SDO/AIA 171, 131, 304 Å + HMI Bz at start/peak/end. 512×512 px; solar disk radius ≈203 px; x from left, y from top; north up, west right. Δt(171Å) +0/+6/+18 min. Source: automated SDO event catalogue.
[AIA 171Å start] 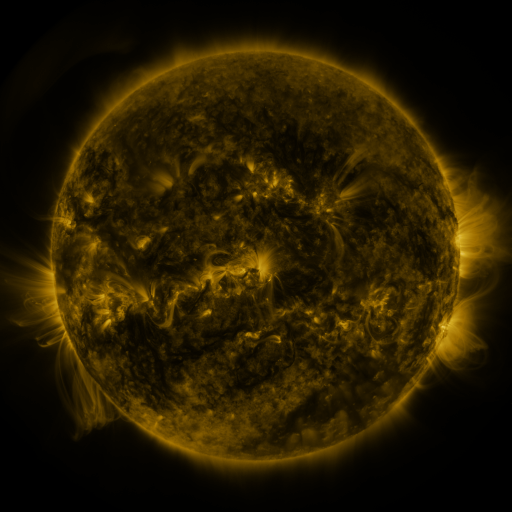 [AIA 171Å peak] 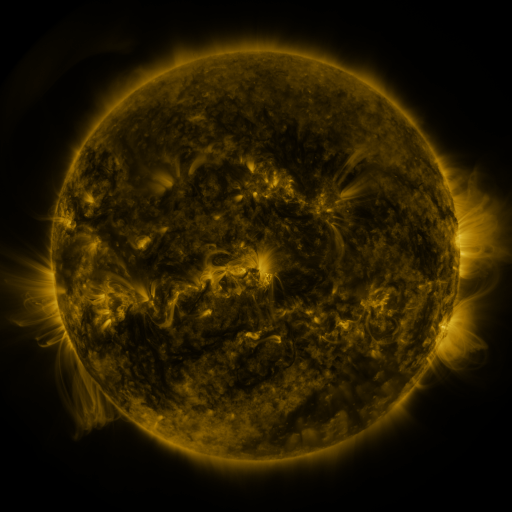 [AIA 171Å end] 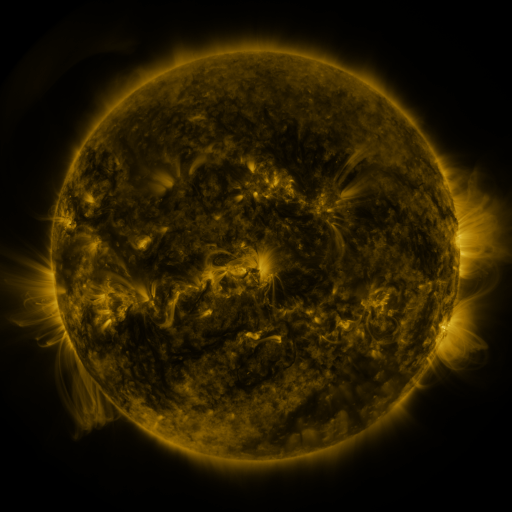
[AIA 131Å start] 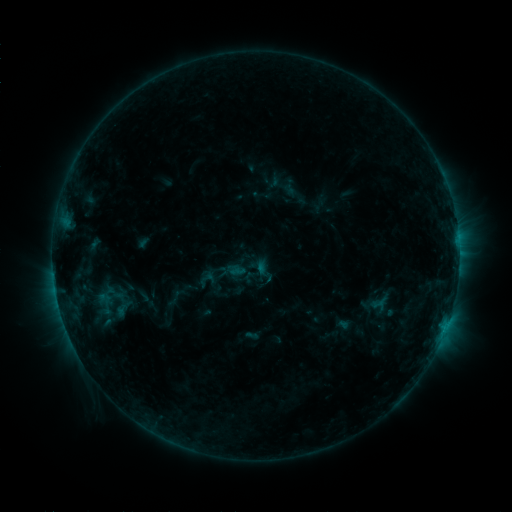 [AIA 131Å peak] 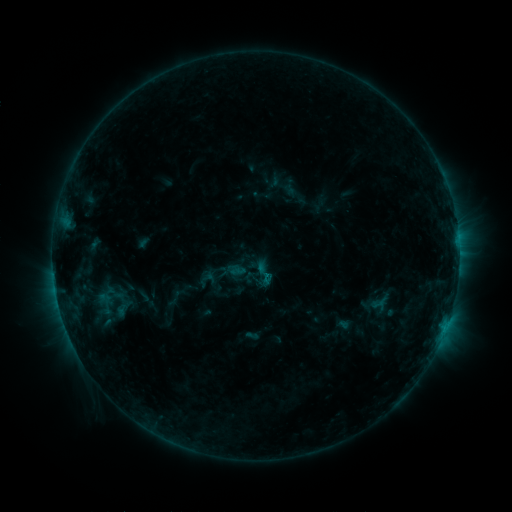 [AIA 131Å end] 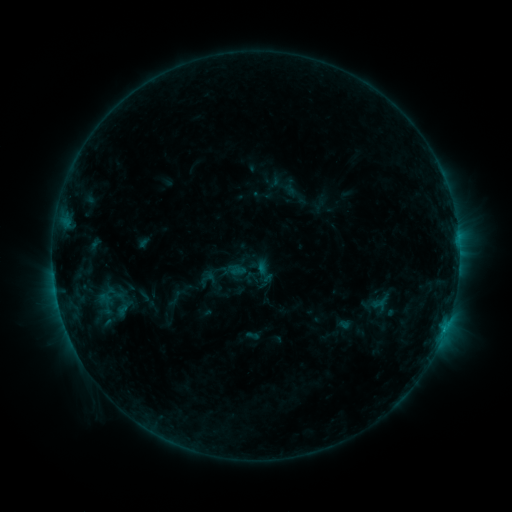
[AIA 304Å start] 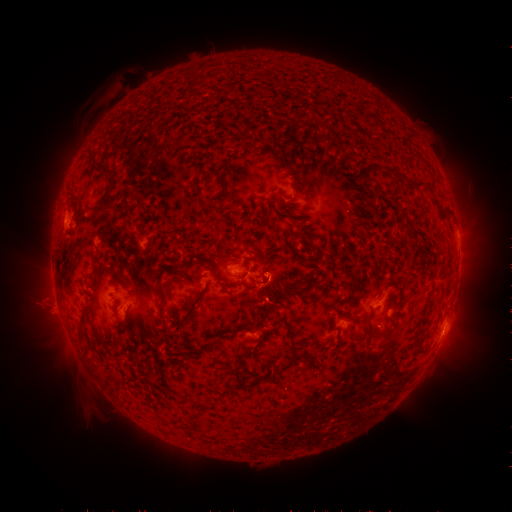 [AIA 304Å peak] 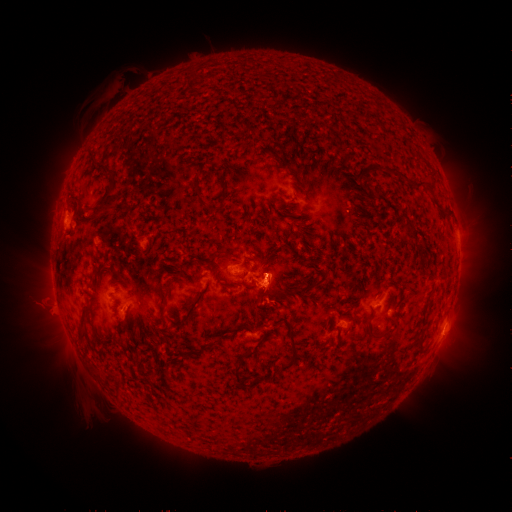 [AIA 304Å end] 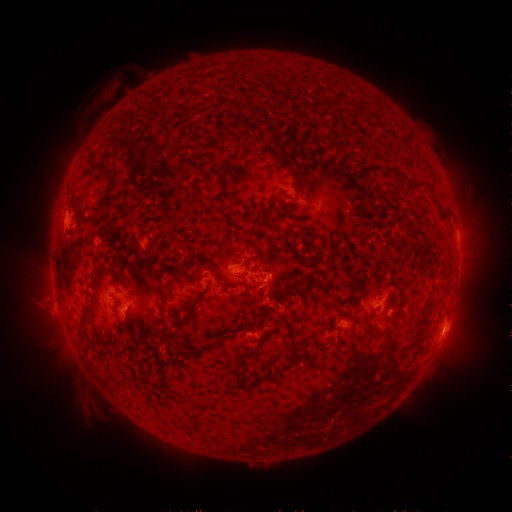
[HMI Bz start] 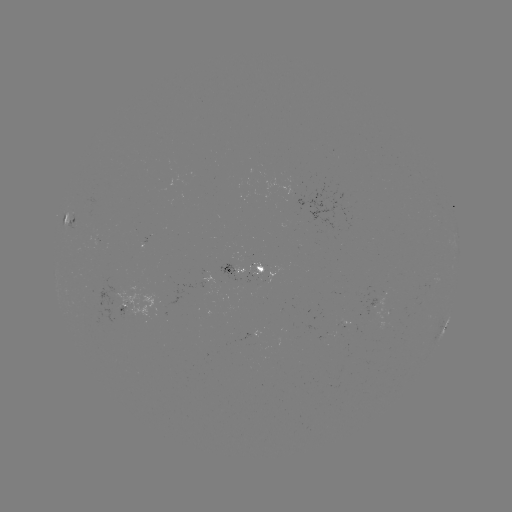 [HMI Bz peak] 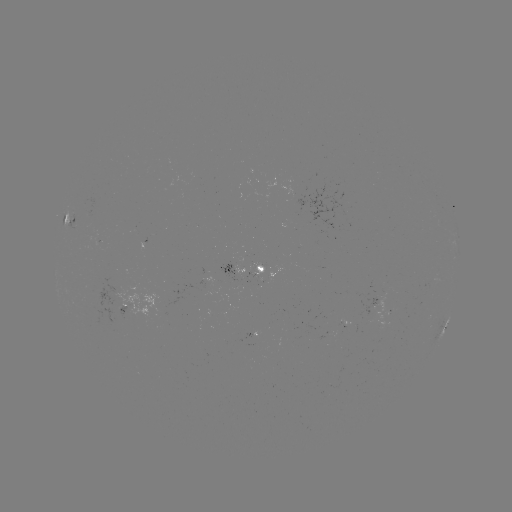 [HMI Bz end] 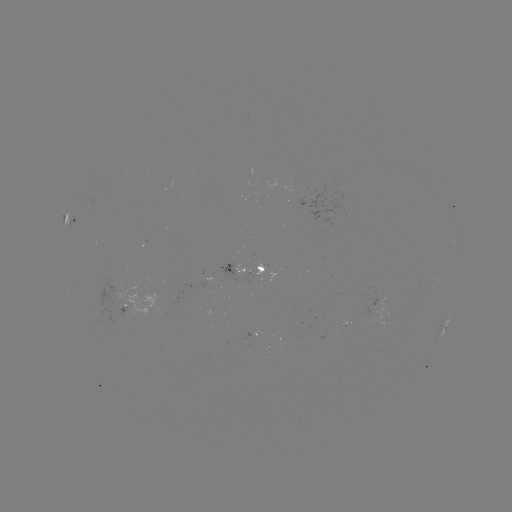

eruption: [245, 240, 297, 323]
